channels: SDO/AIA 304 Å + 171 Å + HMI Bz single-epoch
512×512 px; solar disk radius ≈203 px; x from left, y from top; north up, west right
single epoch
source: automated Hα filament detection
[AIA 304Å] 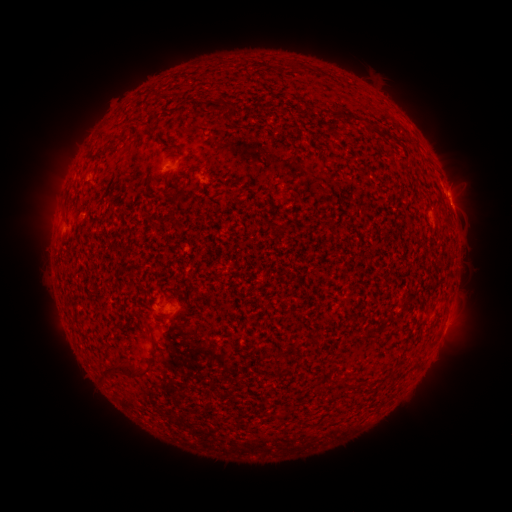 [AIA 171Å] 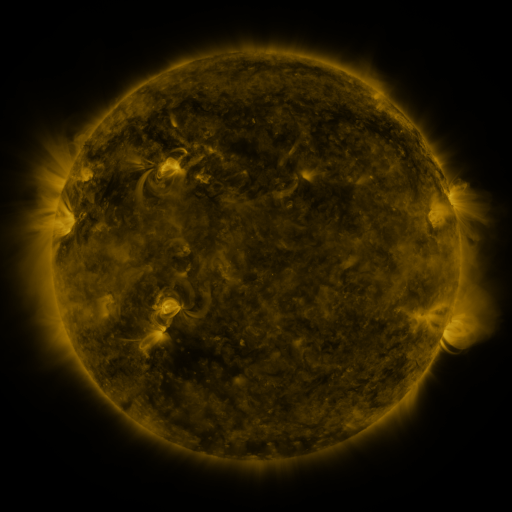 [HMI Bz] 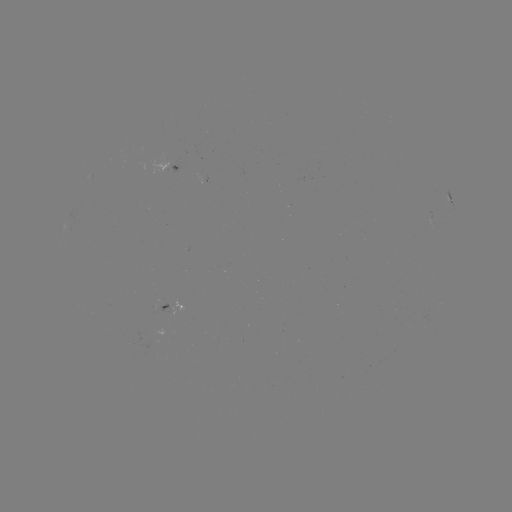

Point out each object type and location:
filament: (294, 64)
filament: (218, 107)
filament: (366, 122)
filament: (99, 153)
filament: (447, 221)
filament: (313, 341)
filament: (415, 364)
filament: (124, 368)
filament: (278, 415)
